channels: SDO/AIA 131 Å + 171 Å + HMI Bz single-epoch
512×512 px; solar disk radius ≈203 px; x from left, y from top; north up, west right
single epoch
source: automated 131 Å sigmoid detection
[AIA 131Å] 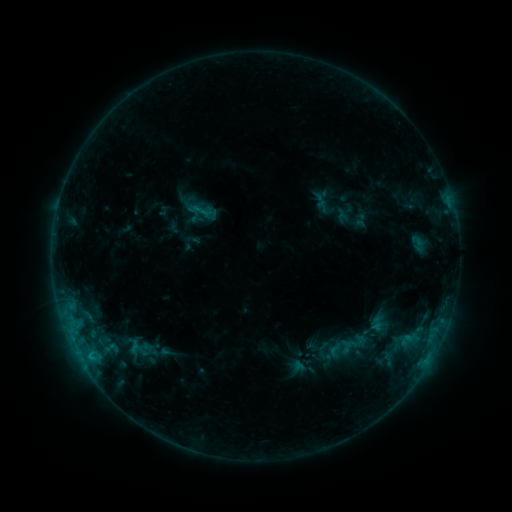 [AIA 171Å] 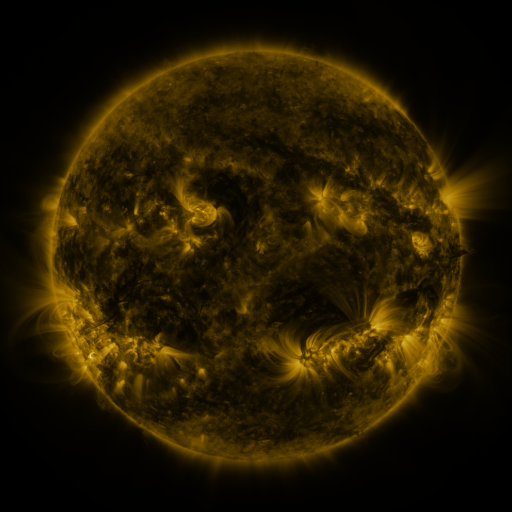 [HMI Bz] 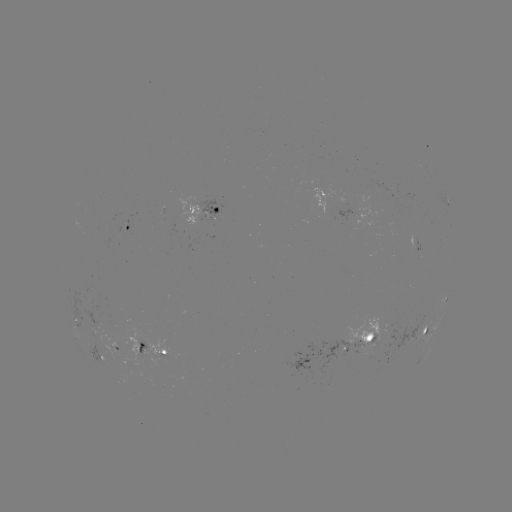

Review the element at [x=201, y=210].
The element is sigmoid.